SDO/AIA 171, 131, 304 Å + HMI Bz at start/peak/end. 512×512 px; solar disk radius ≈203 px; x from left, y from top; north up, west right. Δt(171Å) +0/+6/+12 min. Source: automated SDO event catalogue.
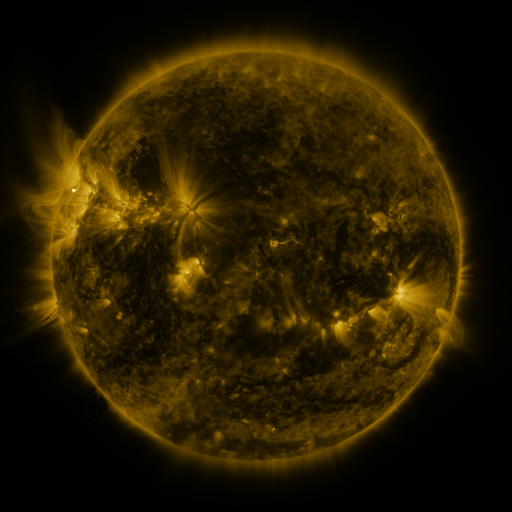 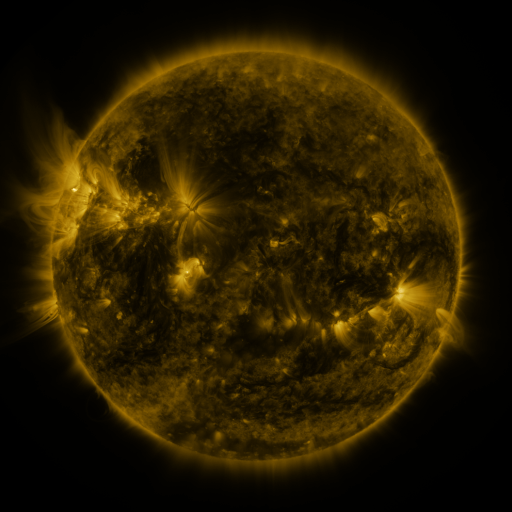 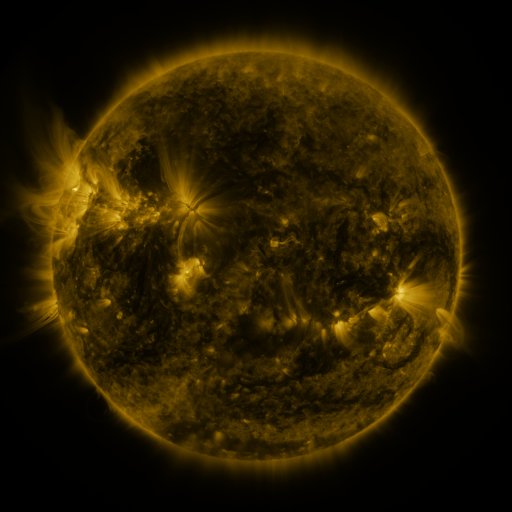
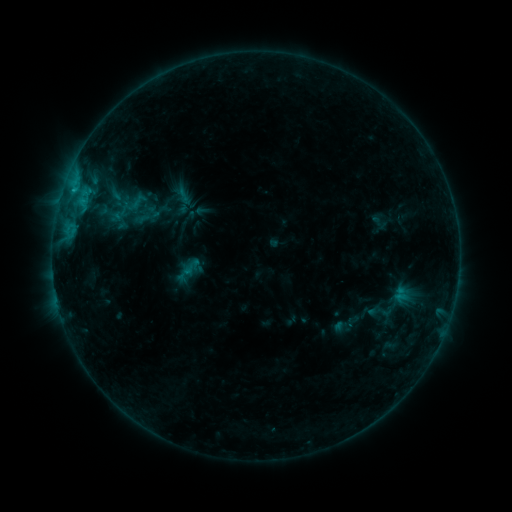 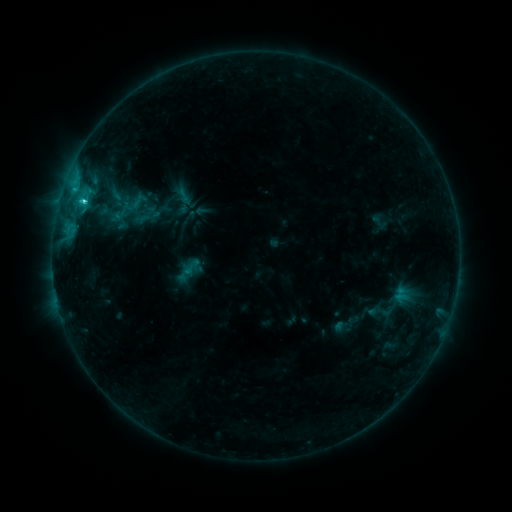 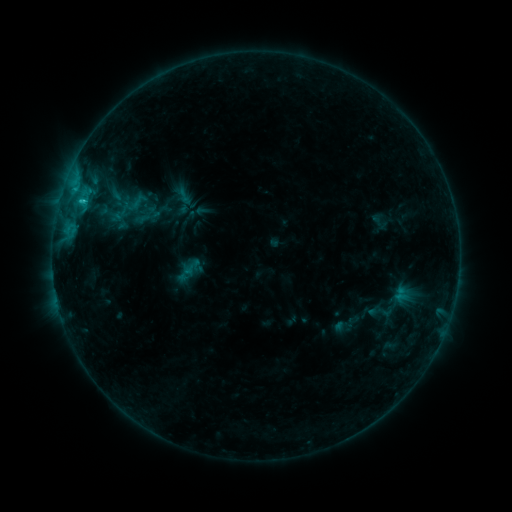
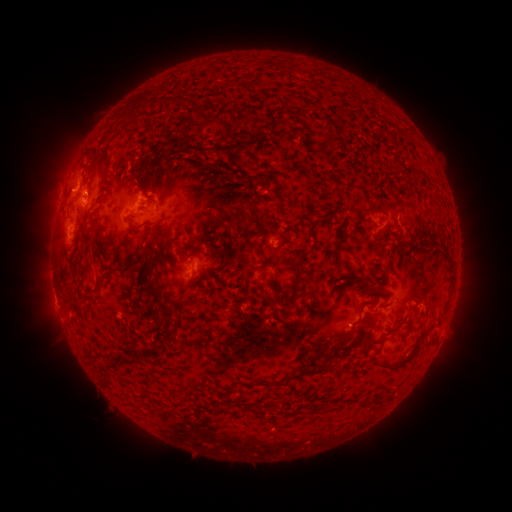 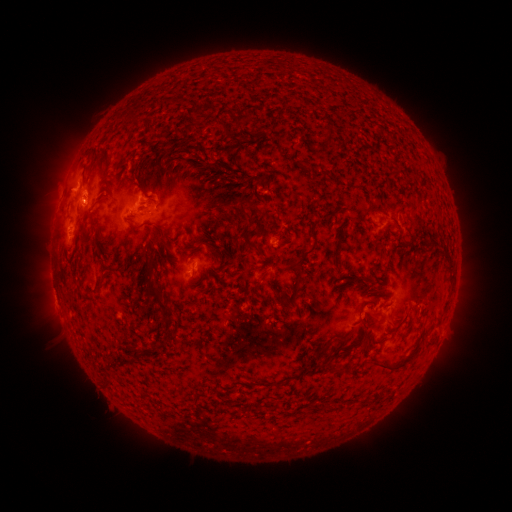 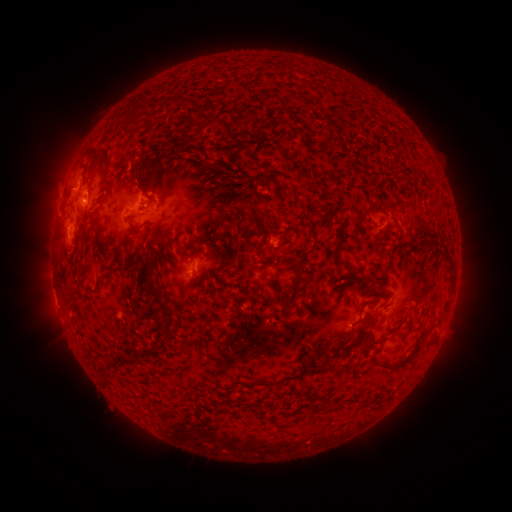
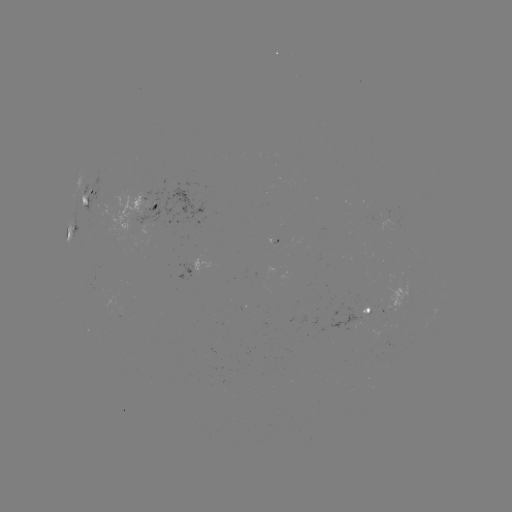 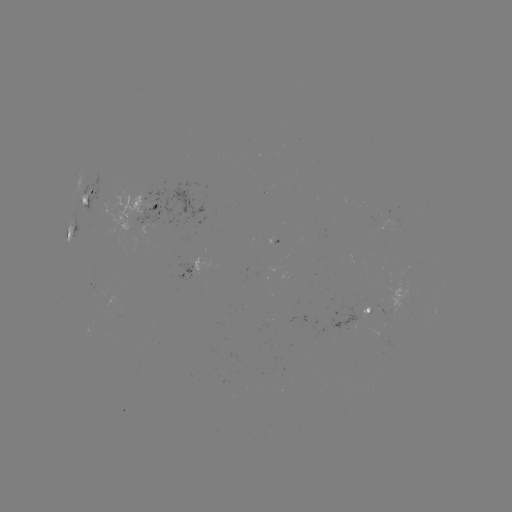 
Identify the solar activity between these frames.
C1.6 flare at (85, 202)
